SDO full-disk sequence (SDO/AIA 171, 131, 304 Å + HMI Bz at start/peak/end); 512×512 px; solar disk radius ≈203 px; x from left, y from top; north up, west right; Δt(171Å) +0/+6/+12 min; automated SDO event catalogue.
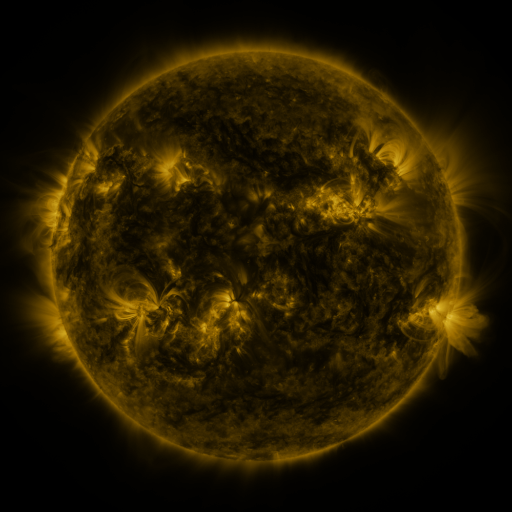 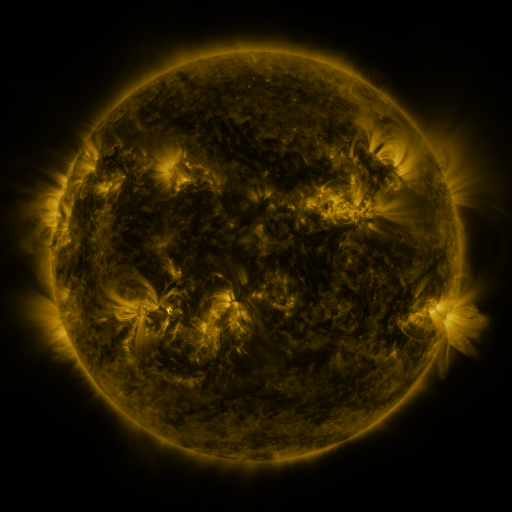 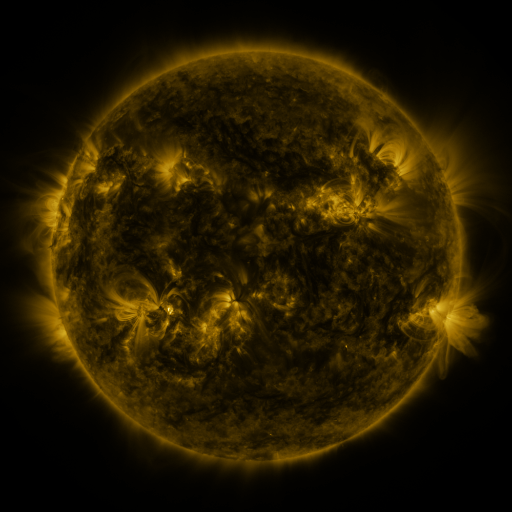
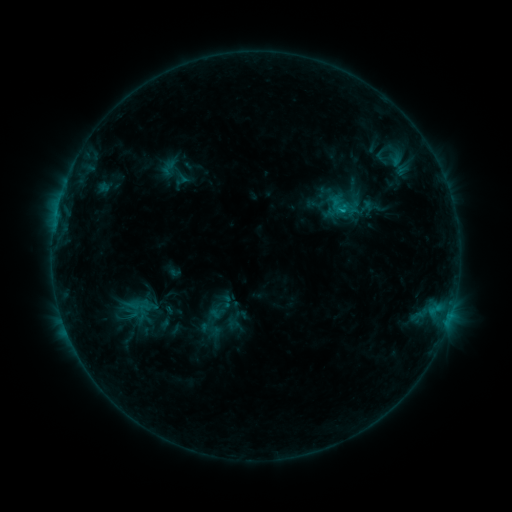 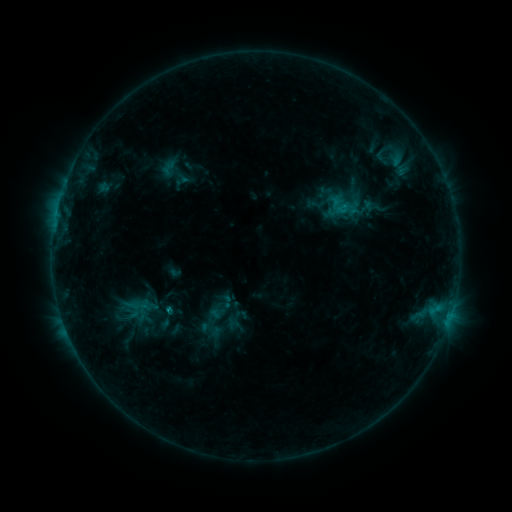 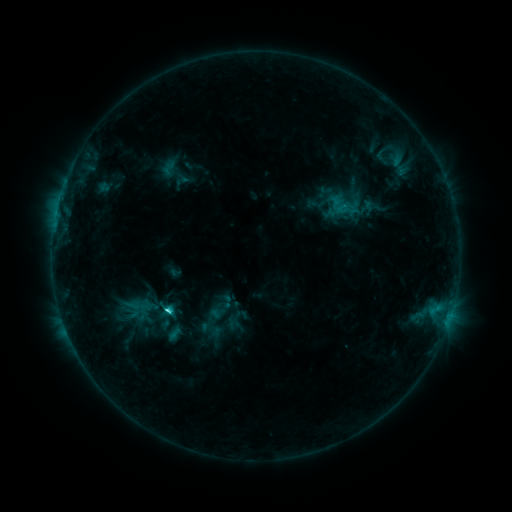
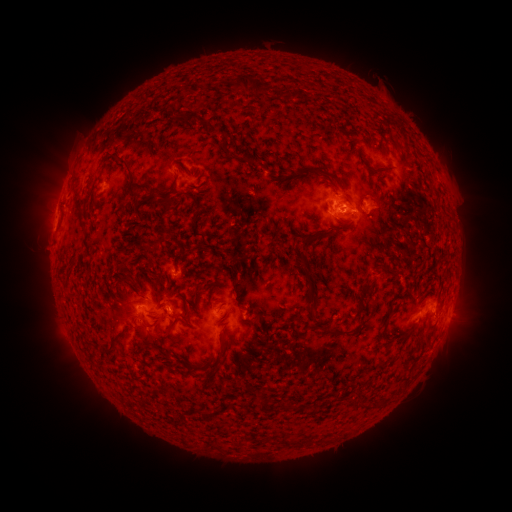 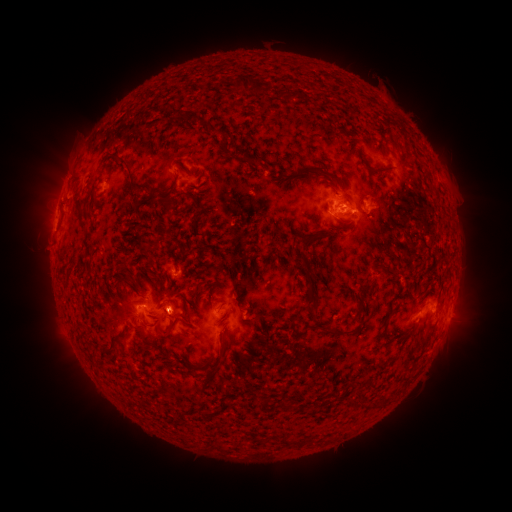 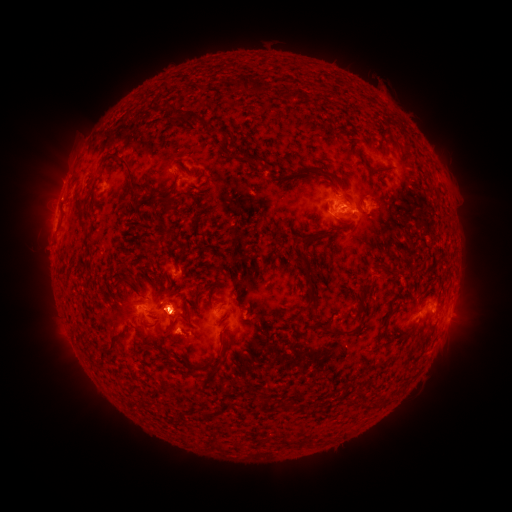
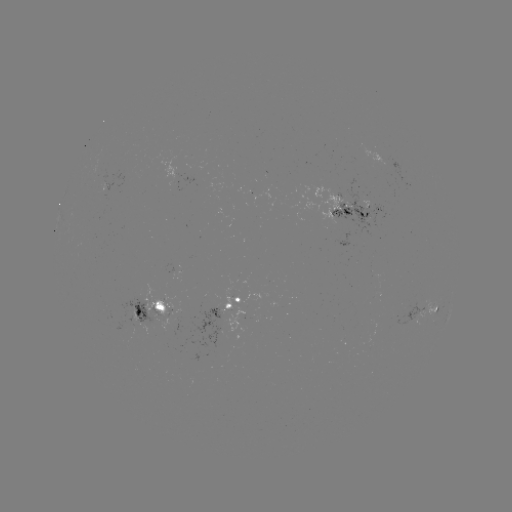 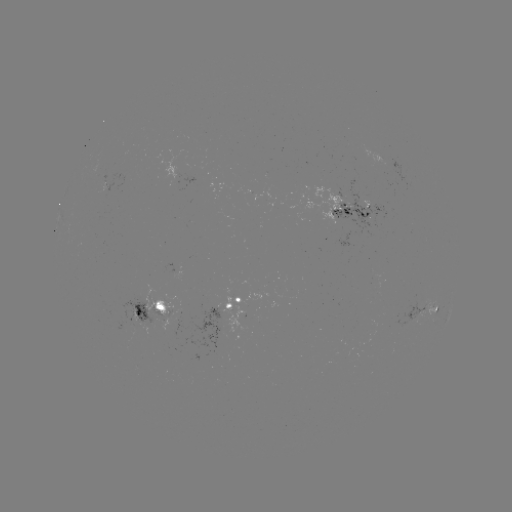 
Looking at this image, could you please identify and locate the C2.8 flare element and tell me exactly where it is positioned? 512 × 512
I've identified C2.8 flare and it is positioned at (170, 306).